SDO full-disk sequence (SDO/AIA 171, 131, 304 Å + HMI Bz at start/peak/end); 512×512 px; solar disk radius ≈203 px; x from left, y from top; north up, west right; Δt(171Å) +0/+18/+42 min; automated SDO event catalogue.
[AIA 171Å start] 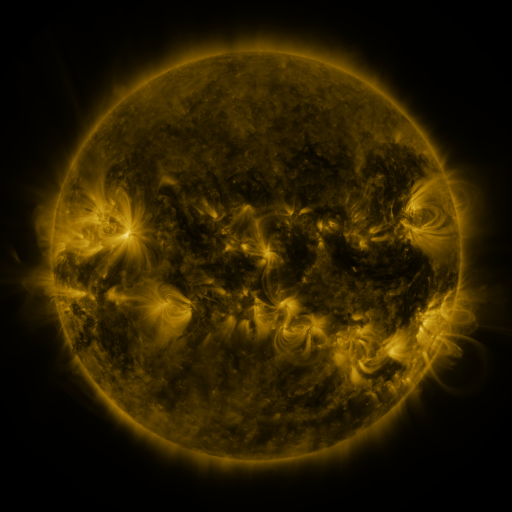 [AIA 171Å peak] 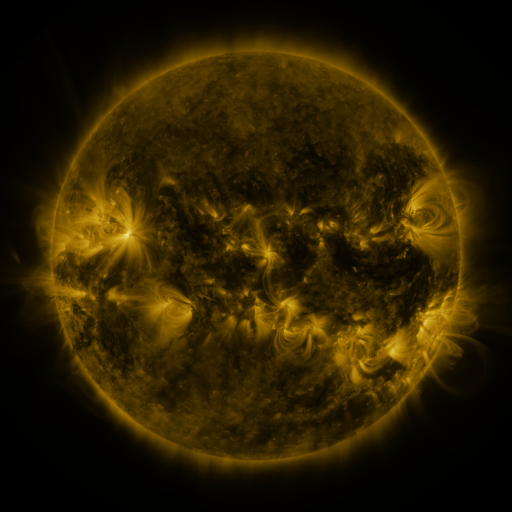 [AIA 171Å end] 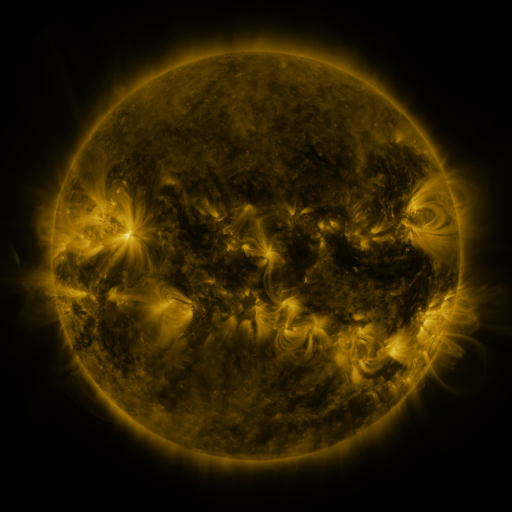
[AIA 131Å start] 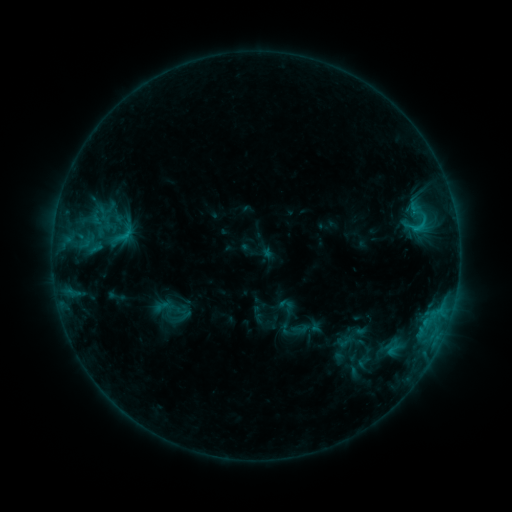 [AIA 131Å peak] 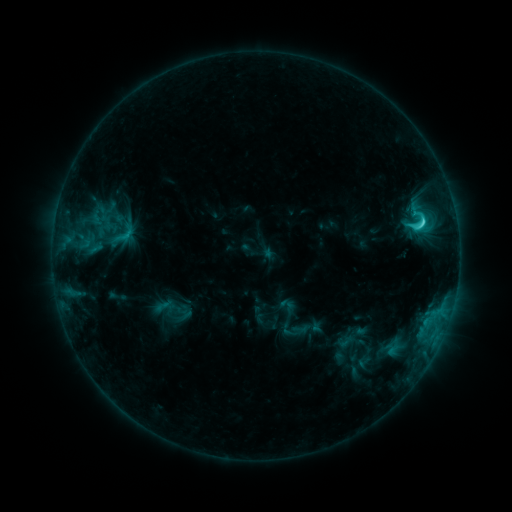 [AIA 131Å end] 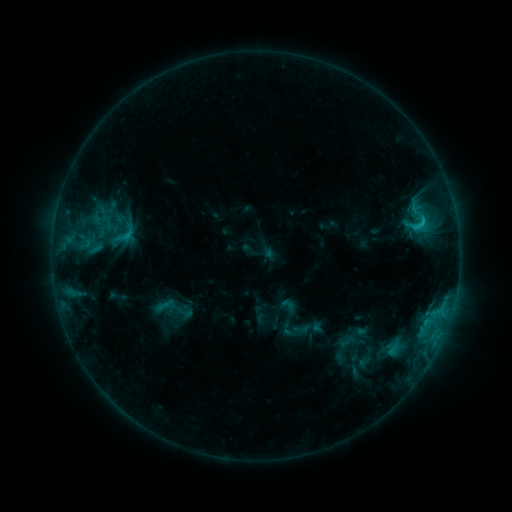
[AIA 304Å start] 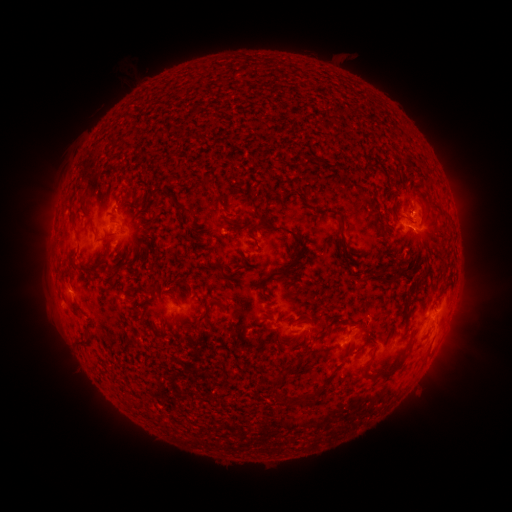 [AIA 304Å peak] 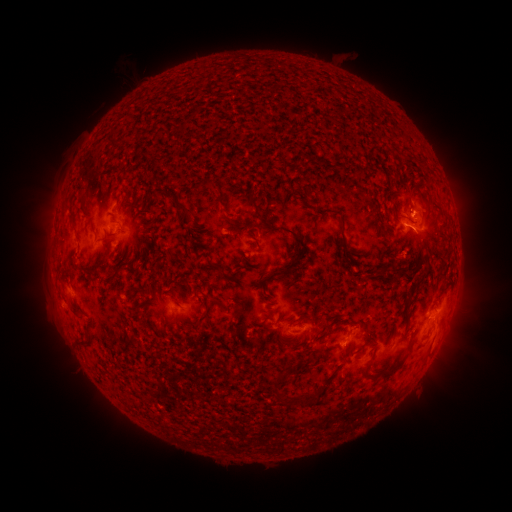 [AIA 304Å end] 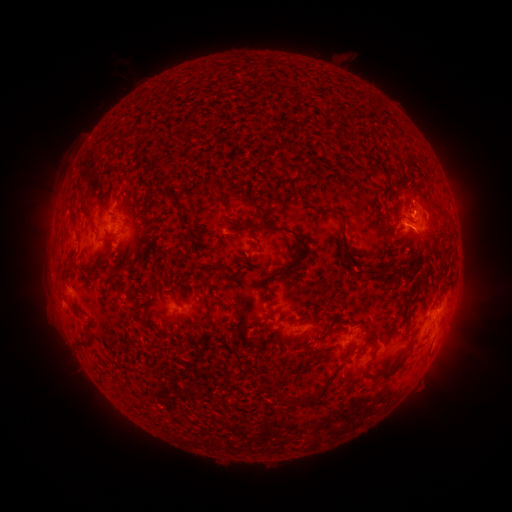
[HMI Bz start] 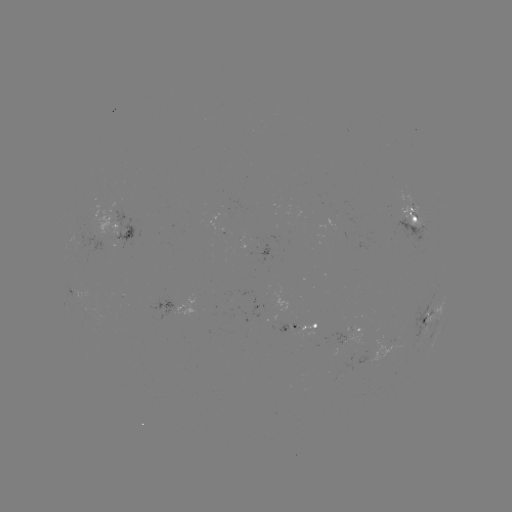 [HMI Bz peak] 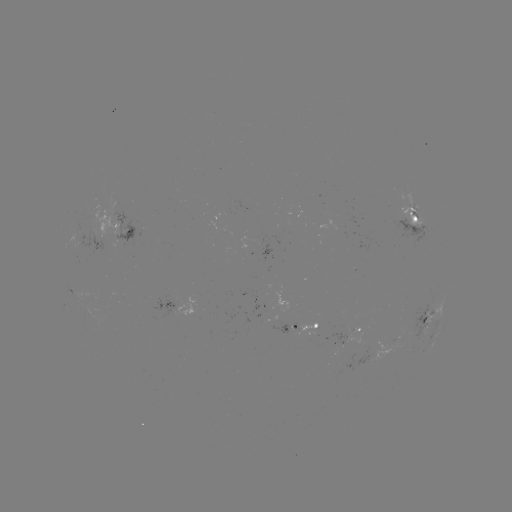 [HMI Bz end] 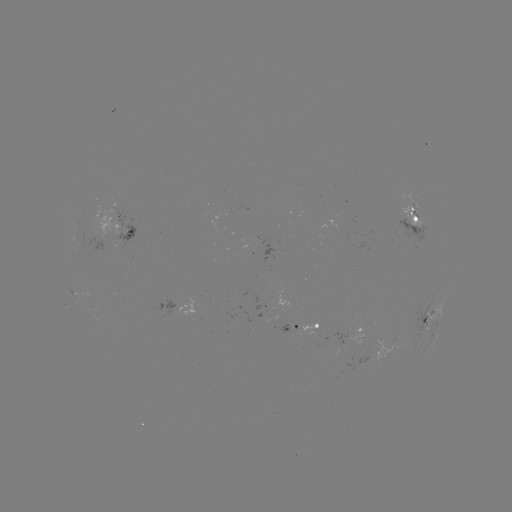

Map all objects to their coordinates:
C2.9 flare: (422, 224)
